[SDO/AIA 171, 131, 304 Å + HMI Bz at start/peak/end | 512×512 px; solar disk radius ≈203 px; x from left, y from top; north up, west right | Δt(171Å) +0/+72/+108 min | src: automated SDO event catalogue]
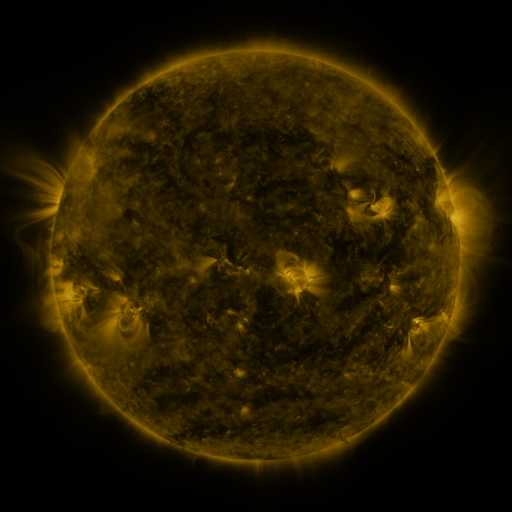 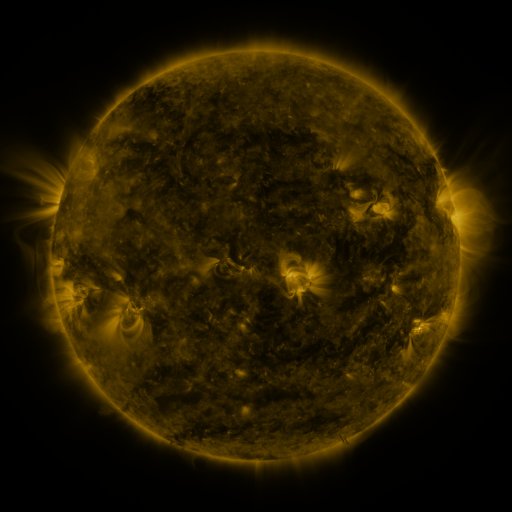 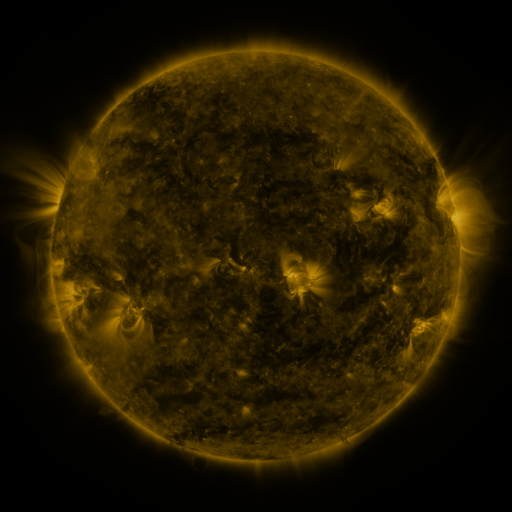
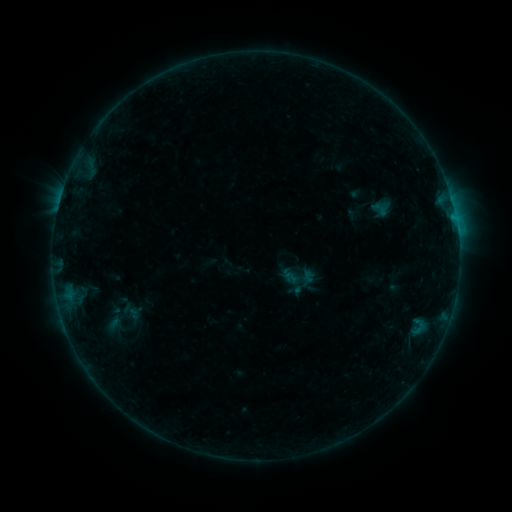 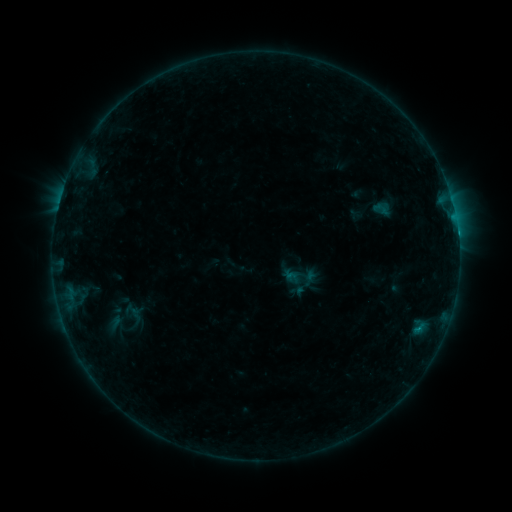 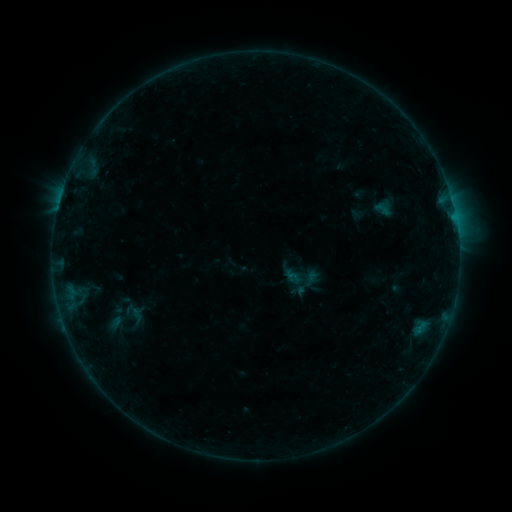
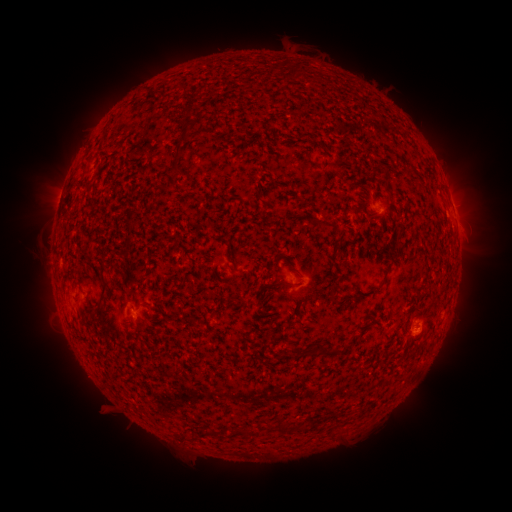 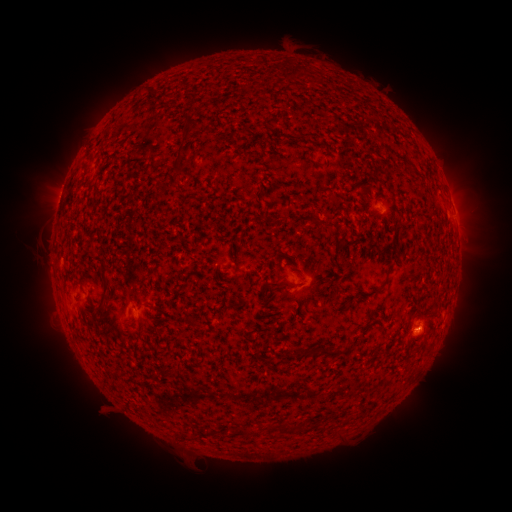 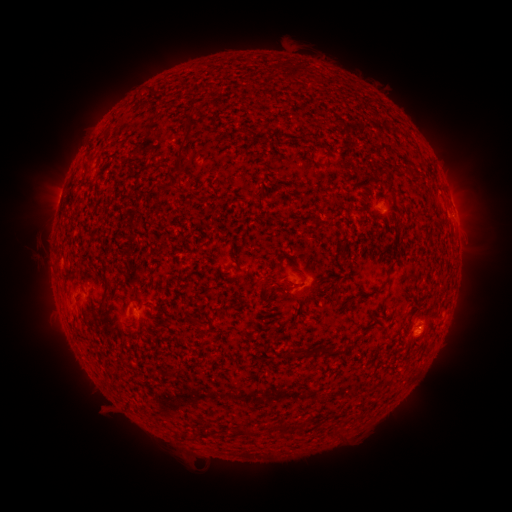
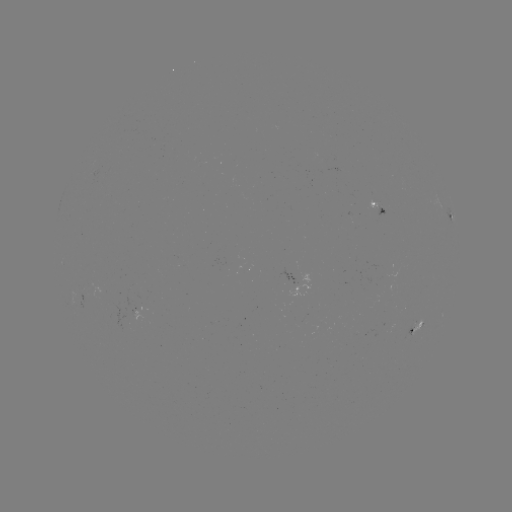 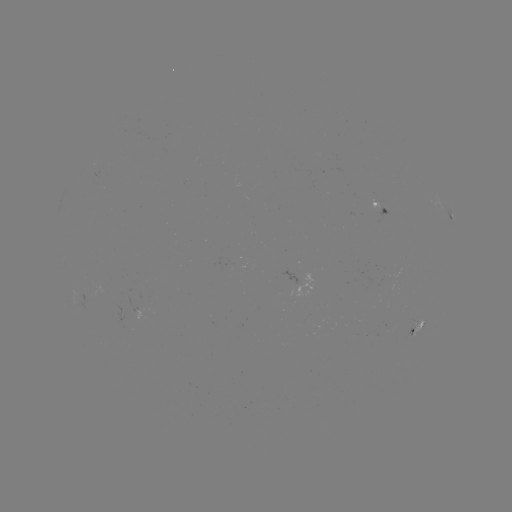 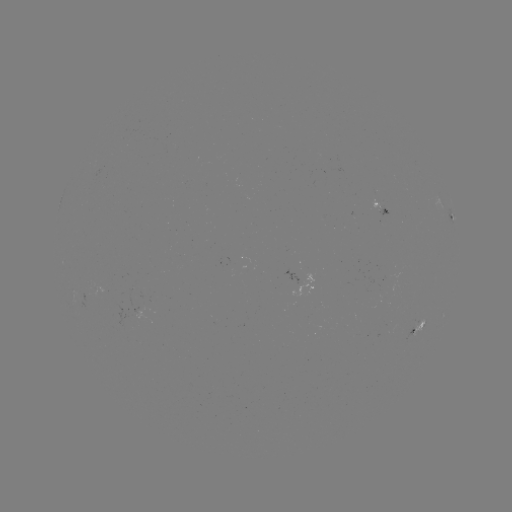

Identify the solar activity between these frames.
emerging-flux region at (133, 311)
